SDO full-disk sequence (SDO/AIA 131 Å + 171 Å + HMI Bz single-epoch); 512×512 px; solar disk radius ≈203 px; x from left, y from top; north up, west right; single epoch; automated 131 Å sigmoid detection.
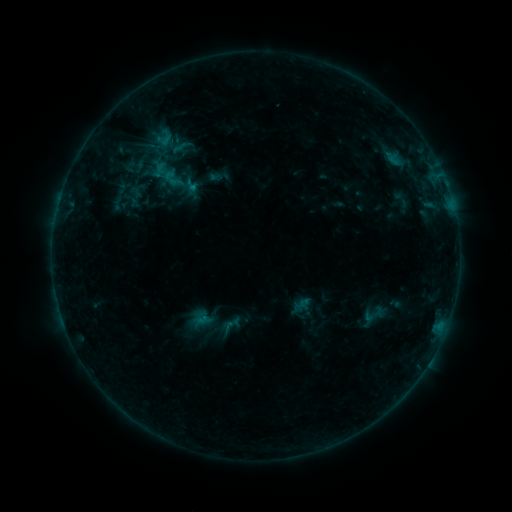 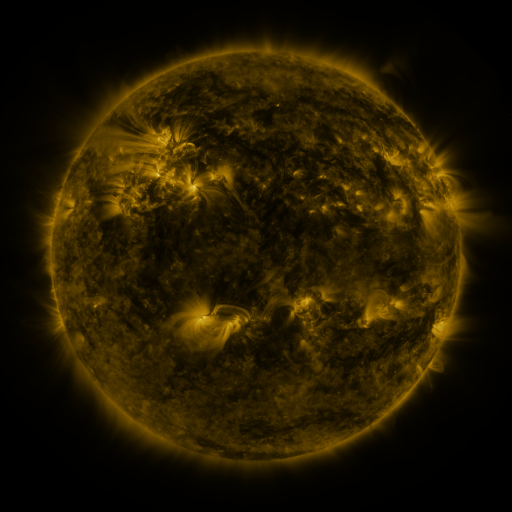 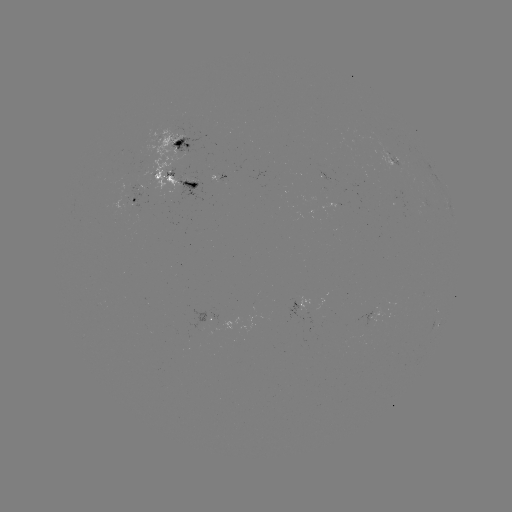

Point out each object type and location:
sigmoid: (305, 307)
sigmoid: (375, 315)
